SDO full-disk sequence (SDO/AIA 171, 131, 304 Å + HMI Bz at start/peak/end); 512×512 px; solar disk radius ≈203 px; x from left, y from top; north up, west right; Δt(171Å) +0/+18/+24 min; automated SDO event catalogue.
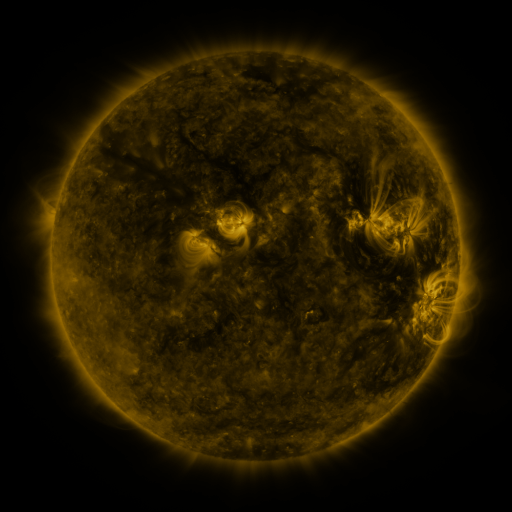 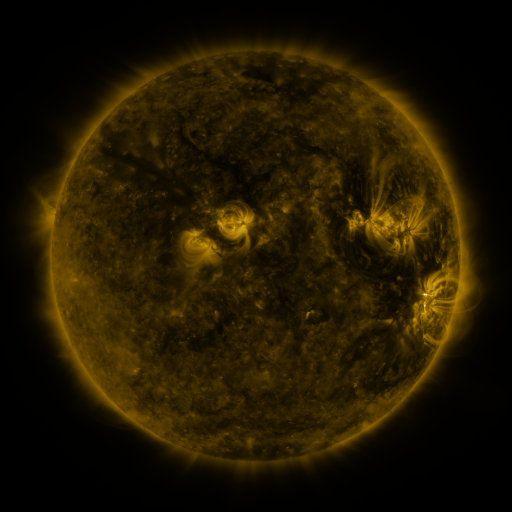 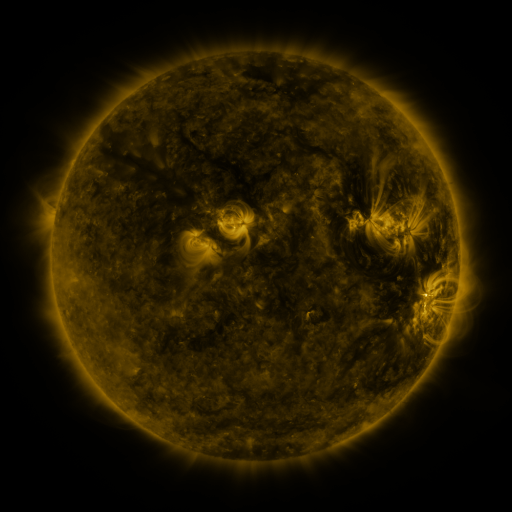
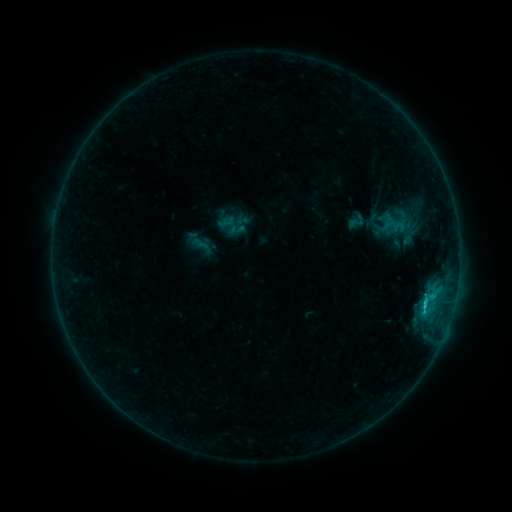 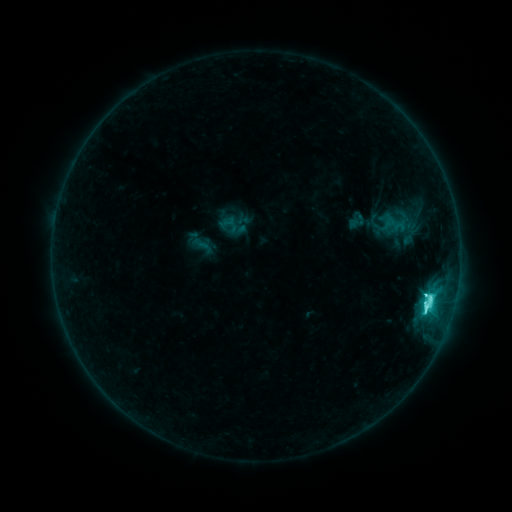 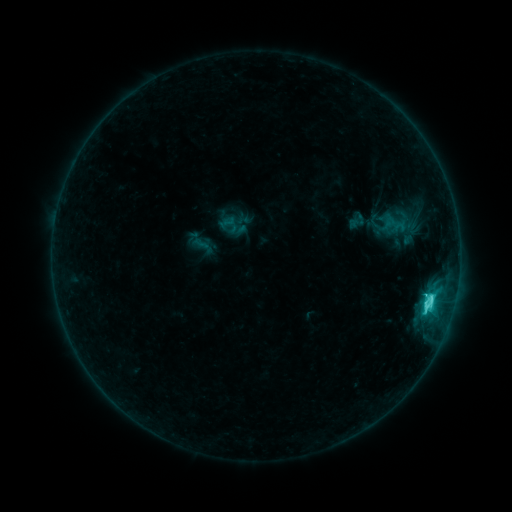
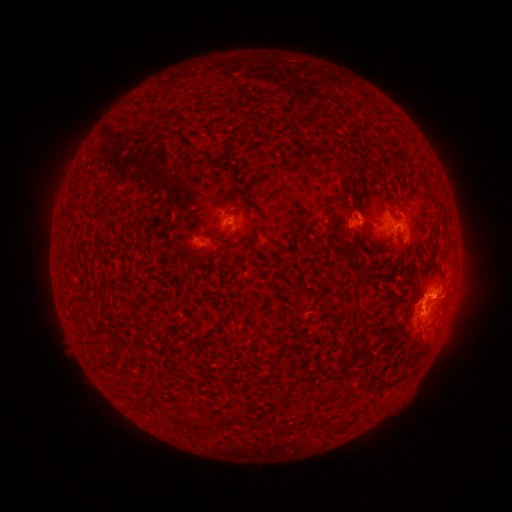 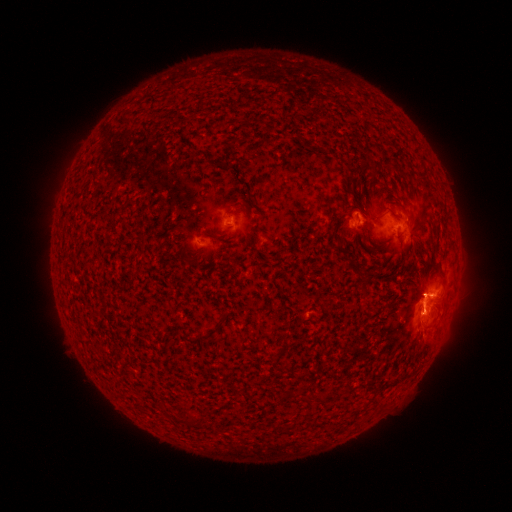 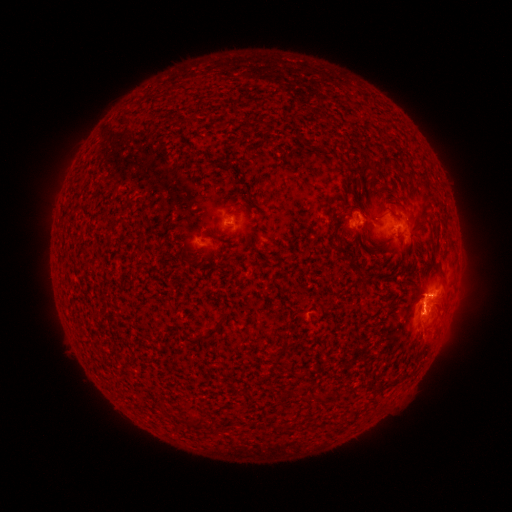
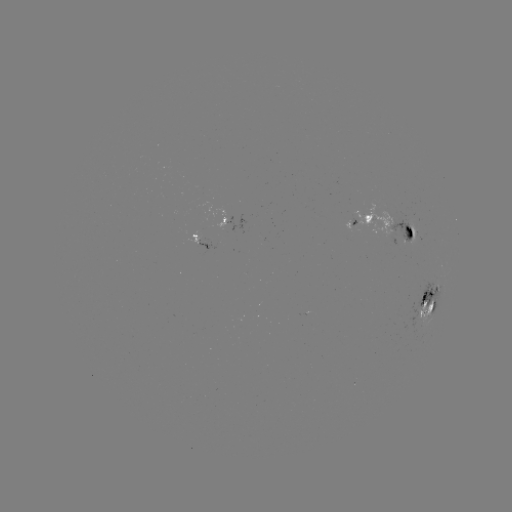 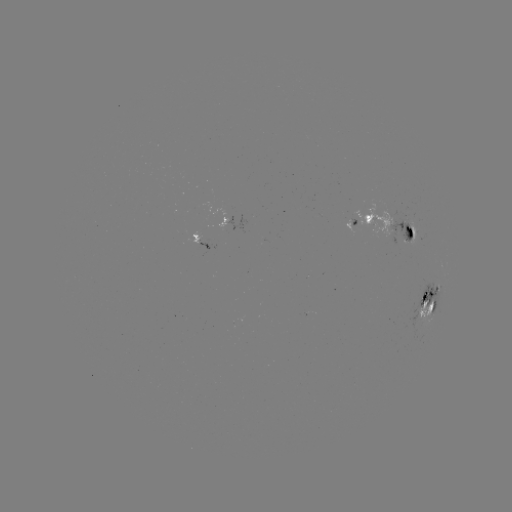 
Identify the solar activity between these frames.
C8.3 flare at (423, 311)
